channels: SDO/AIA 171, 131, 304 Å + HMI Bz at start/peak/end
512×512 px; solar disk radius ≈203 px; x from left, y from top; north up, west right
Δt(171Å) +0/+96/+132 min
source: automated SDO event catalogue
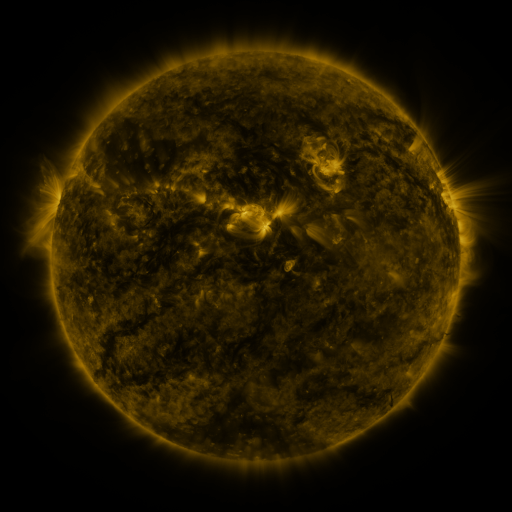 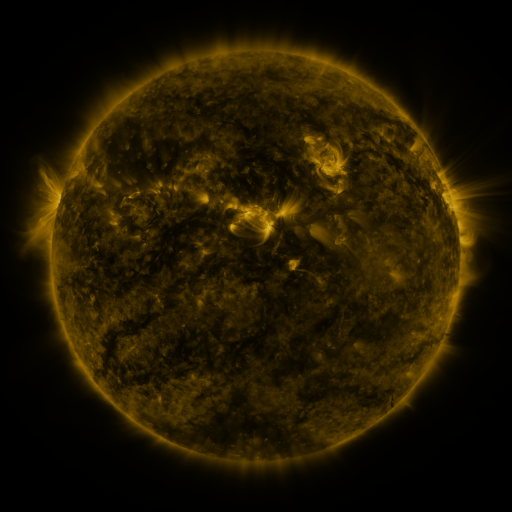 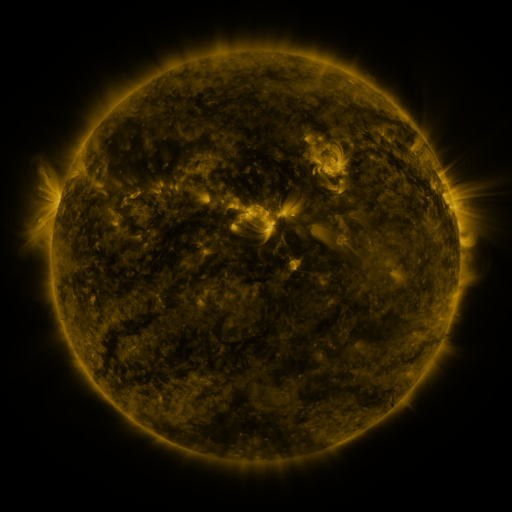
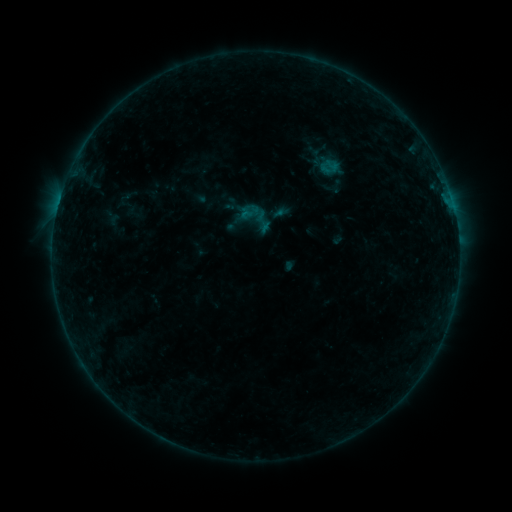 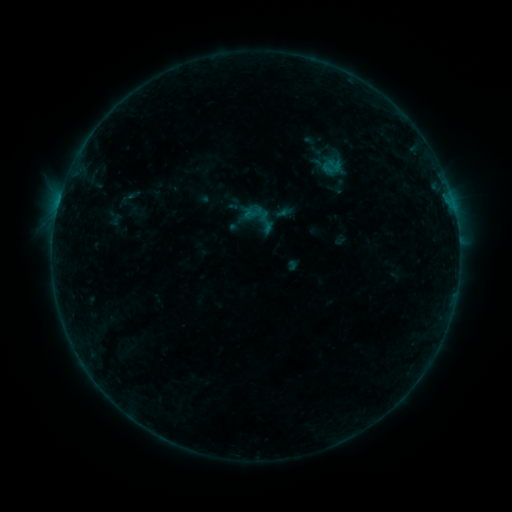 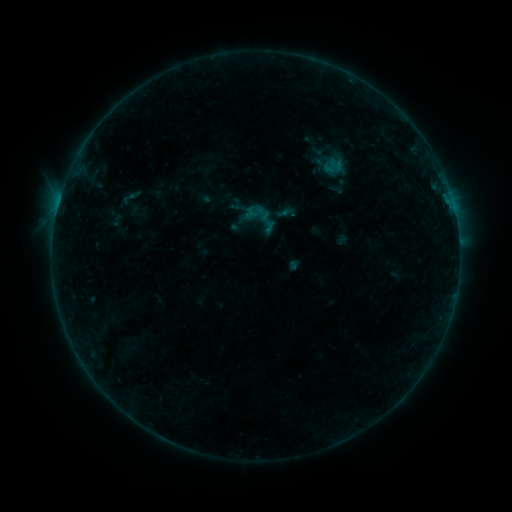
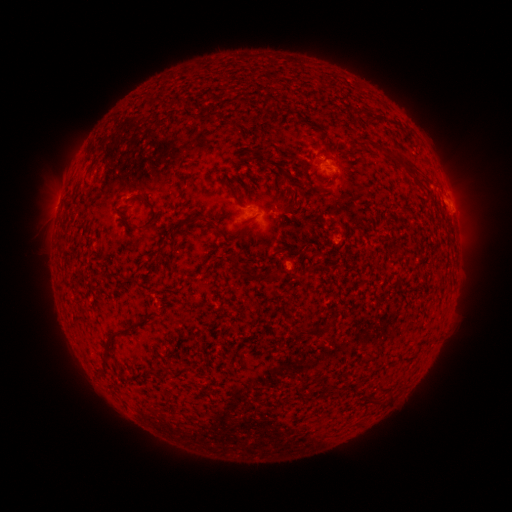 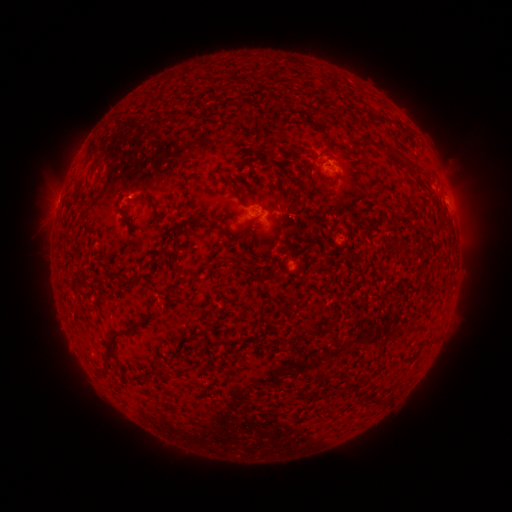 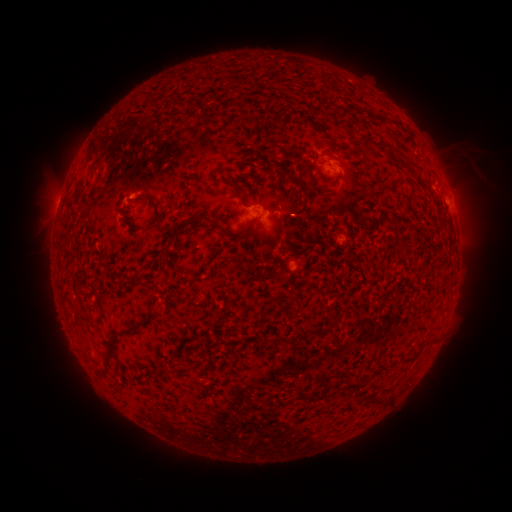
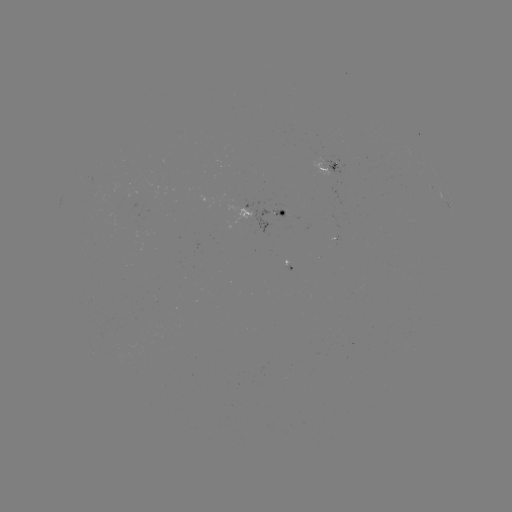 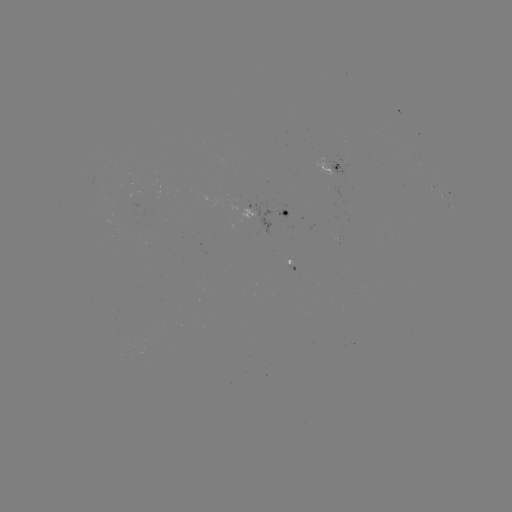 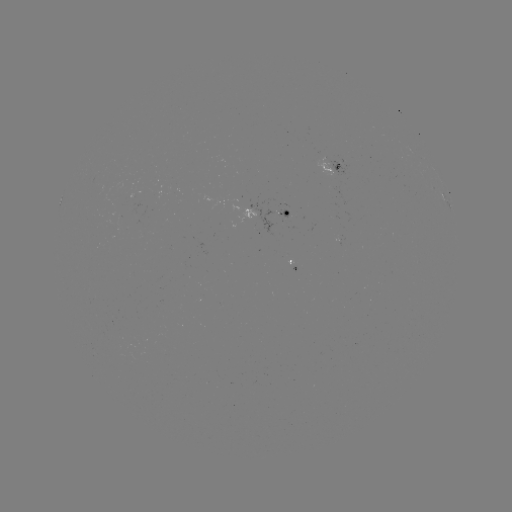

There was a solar emerging-flux region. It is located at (269, 215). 